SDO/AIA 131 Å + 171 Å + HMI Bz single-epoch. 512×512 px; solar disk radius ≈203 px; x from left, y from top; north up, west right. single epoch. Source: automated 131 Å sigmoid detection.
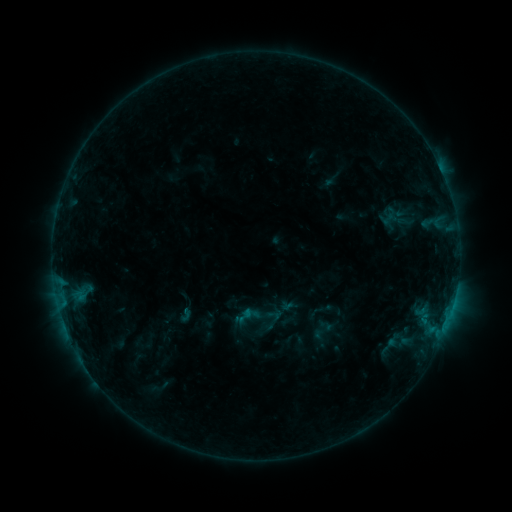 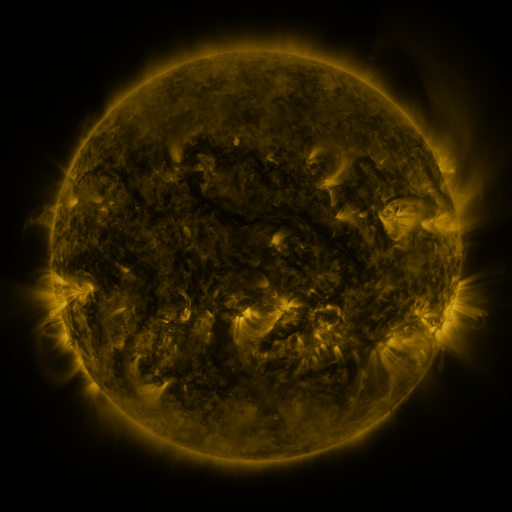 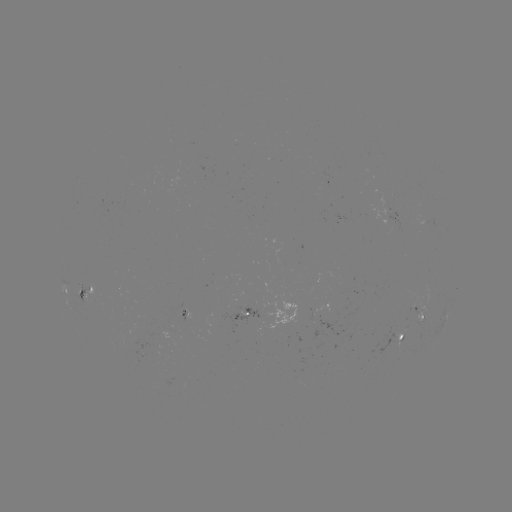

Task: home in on sigmoid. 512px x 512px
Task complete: (244, 316).